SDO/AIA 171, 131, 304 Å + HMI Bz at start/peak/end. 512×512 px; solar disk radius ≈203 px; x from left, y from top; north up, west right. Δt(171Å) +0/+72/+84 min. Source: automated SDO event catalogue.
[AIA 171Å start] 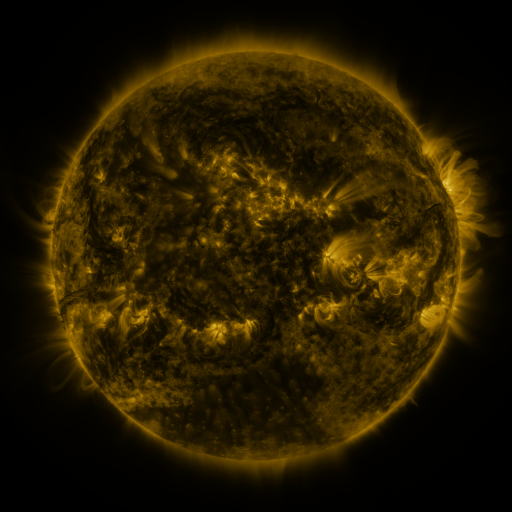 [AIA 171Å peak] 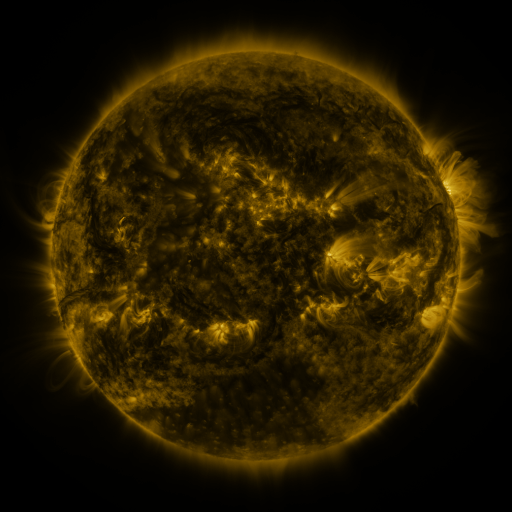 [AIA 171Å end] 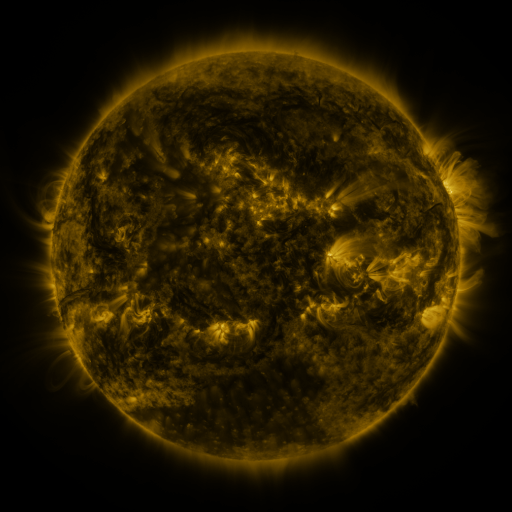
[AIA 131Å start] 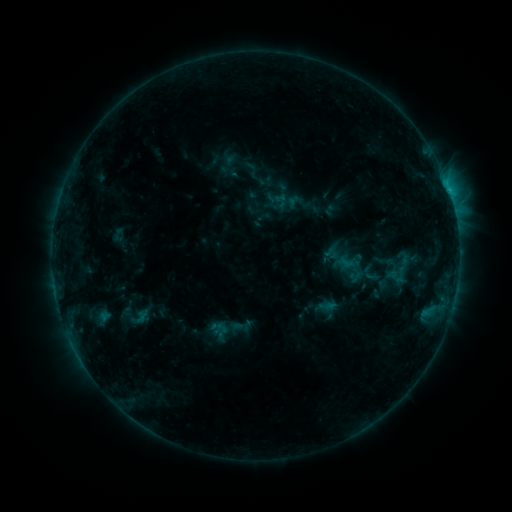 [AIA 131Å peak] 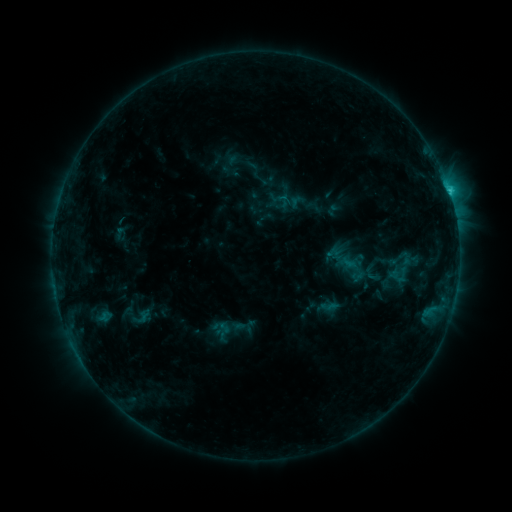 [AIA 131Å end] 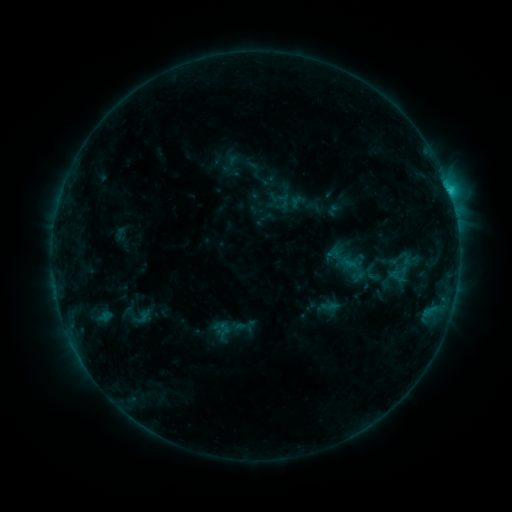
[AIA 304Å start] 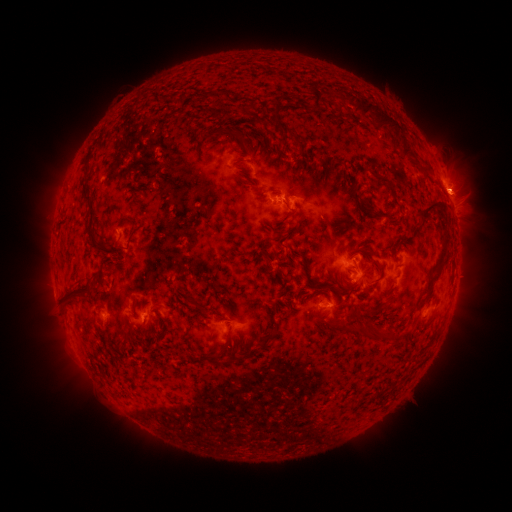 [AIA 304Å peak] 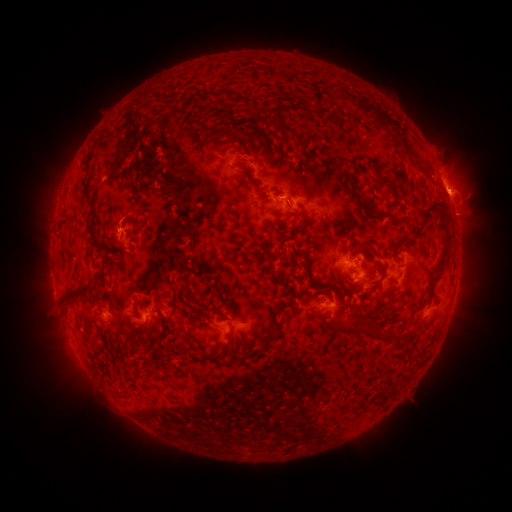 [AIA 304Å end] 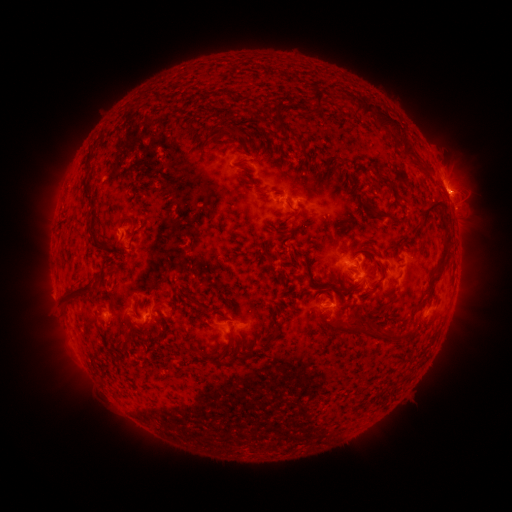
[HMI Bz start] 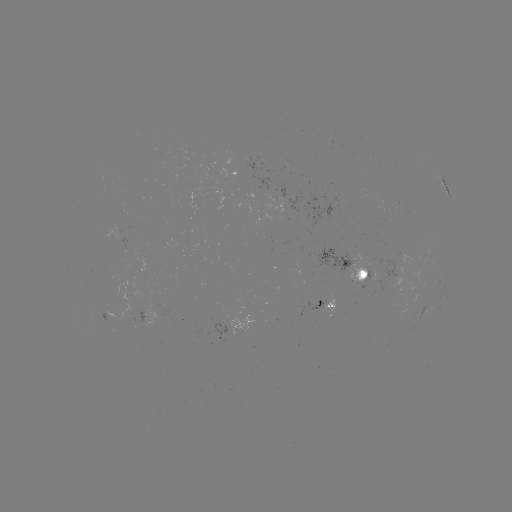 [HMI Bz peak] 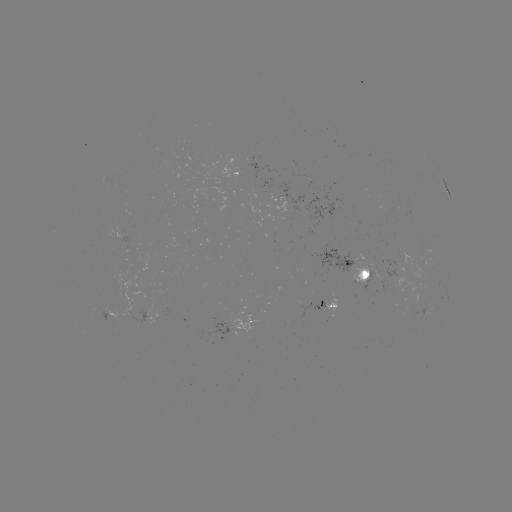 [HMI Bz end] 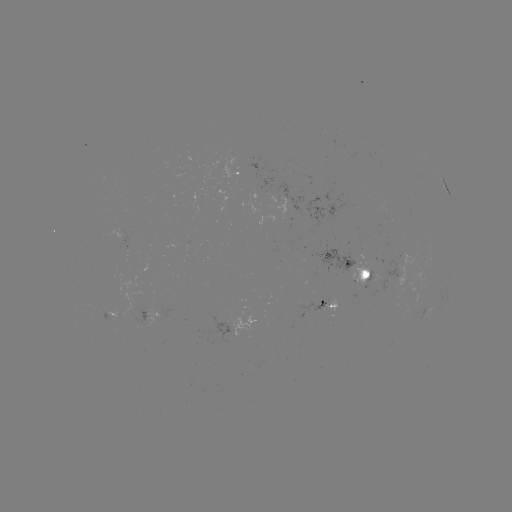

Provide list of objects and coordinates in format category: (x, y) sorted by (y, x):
emerging-flux region: (165, 308)
